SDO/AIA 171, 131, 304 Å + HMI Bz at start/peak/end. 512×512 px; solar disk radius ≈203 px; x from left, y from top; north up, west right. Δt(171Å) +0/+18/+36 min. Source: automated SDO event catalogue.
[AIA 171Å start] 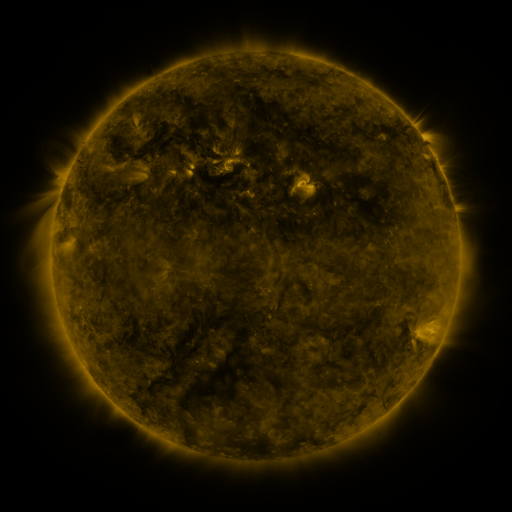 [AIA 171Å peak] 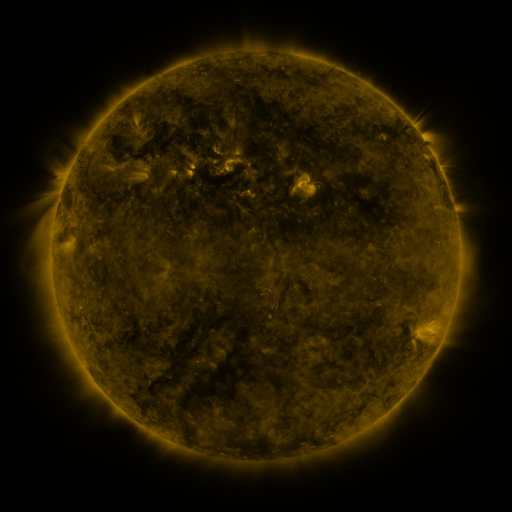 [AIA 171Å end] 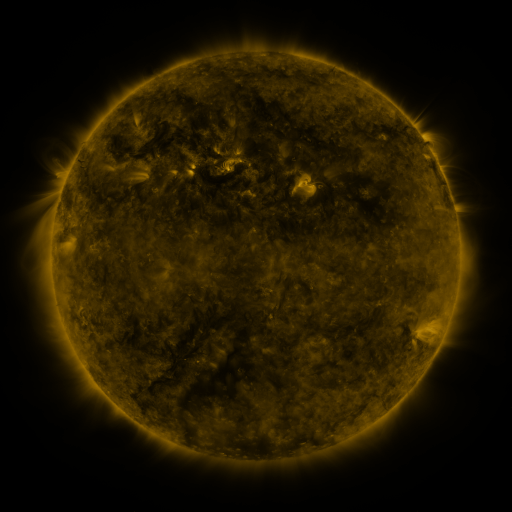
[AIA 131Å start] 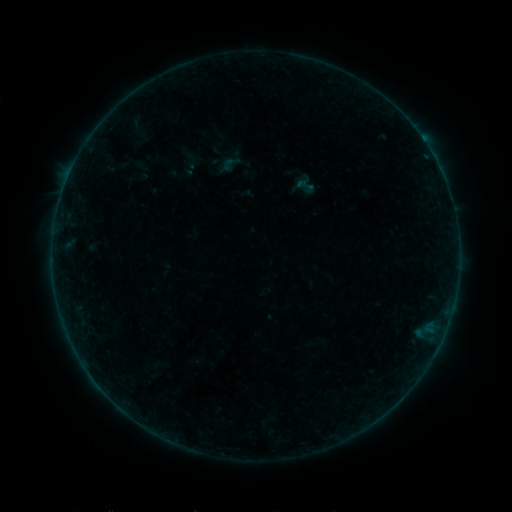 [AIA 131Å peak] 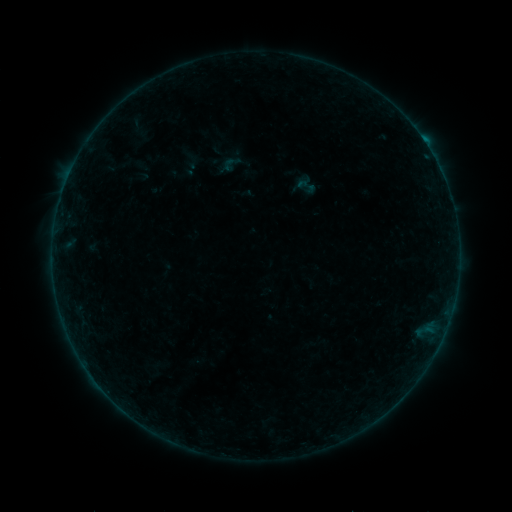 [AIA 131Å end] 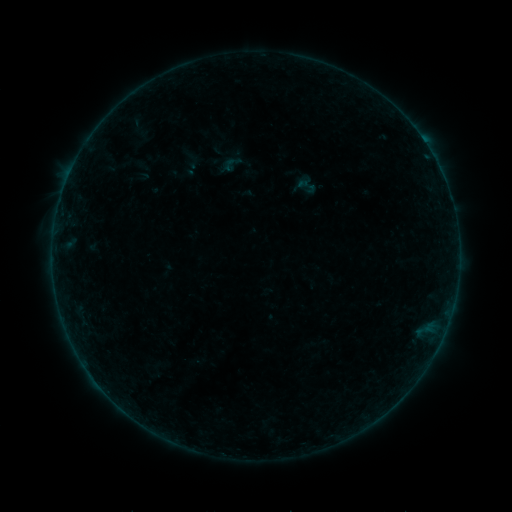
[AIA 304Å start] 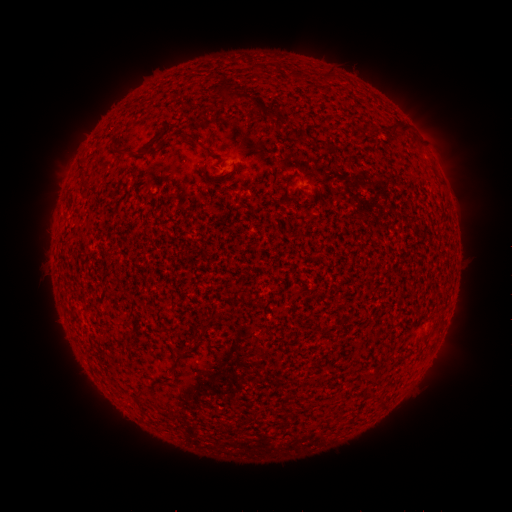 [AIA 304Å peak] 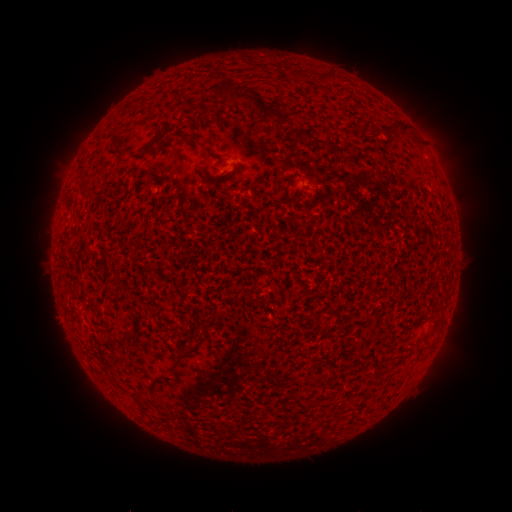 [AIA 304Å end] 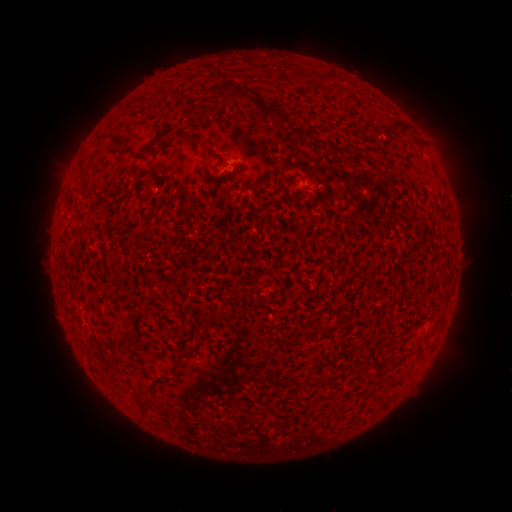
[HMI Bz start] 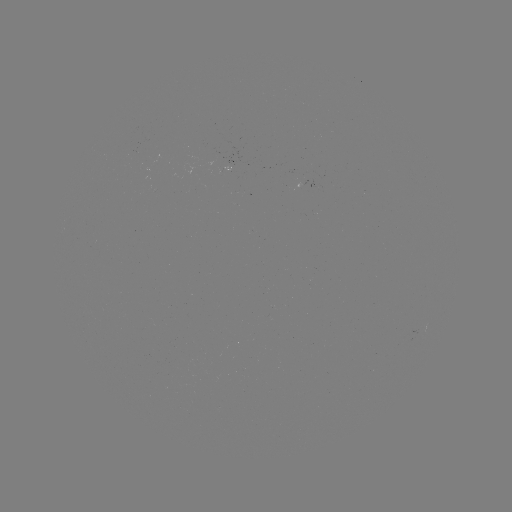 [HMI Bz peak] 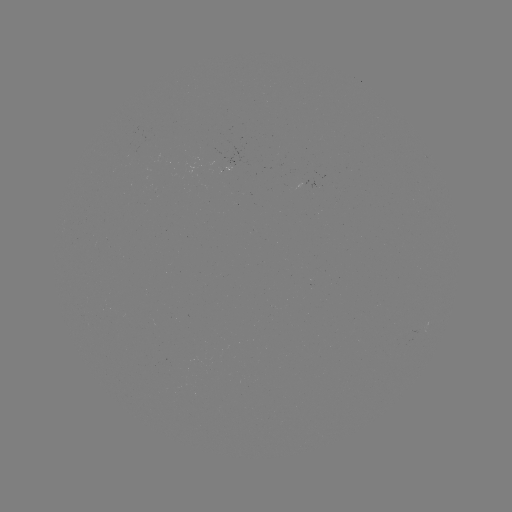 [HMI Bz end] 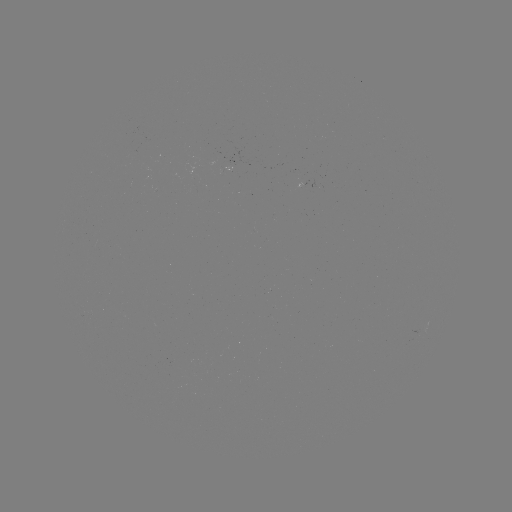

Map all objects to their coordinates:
B2.3 flare: (66, 182)
